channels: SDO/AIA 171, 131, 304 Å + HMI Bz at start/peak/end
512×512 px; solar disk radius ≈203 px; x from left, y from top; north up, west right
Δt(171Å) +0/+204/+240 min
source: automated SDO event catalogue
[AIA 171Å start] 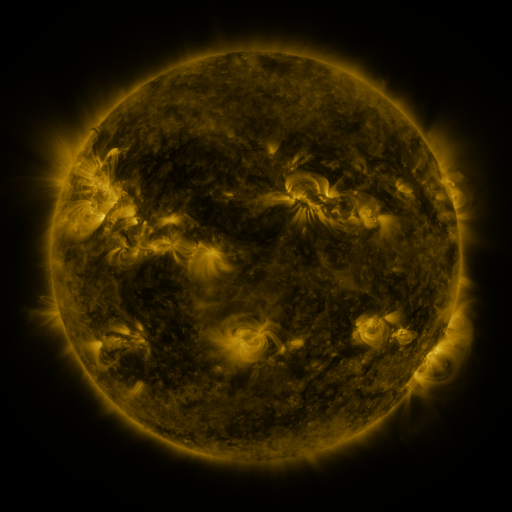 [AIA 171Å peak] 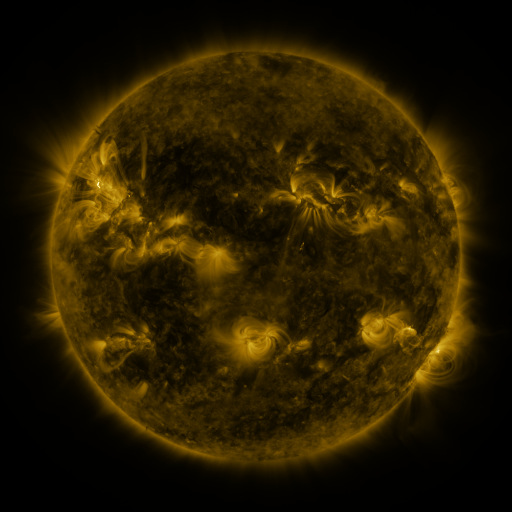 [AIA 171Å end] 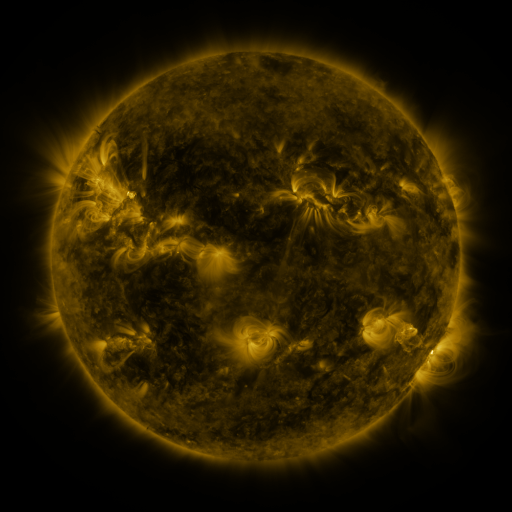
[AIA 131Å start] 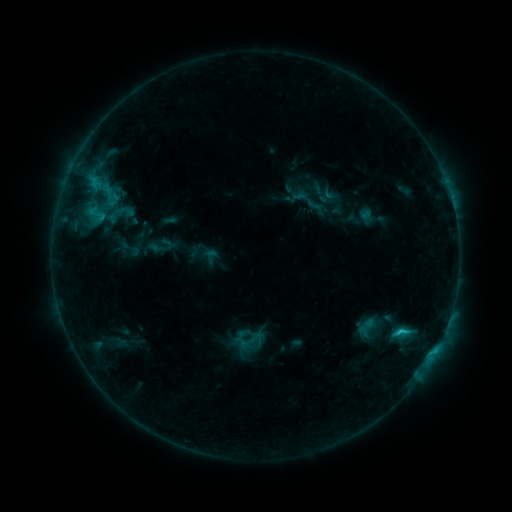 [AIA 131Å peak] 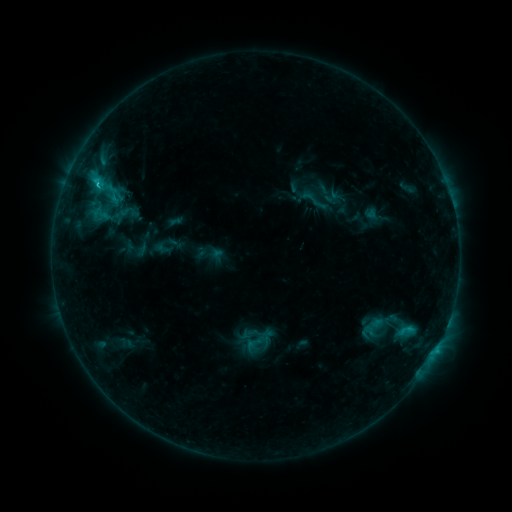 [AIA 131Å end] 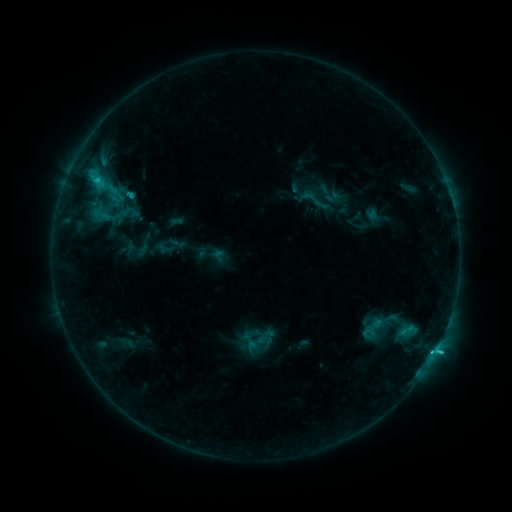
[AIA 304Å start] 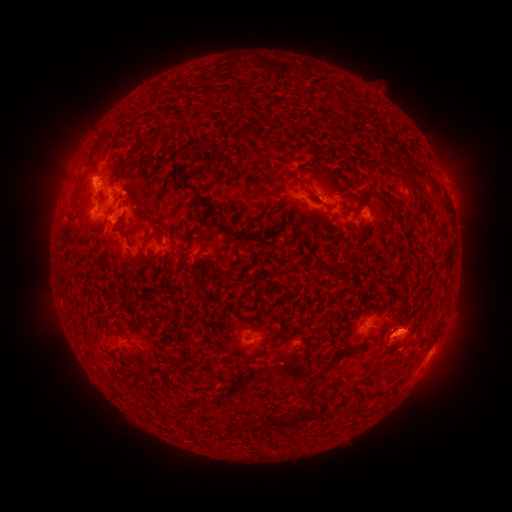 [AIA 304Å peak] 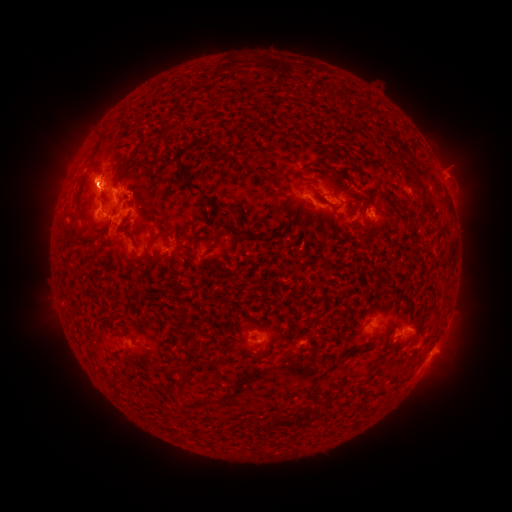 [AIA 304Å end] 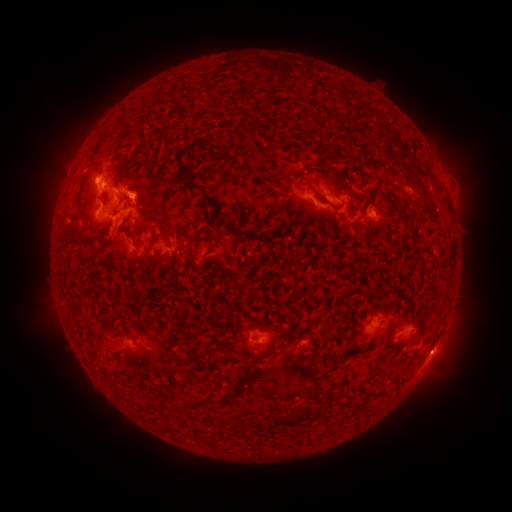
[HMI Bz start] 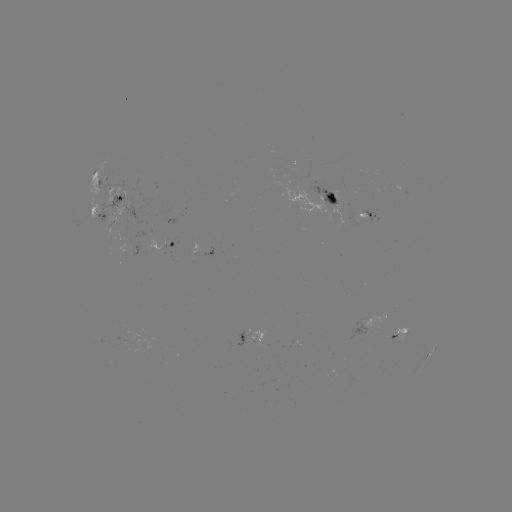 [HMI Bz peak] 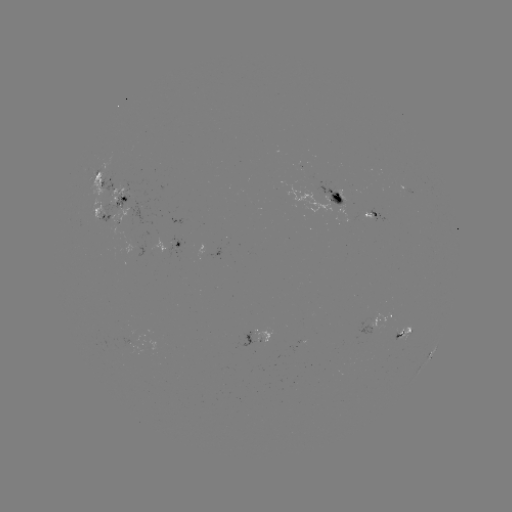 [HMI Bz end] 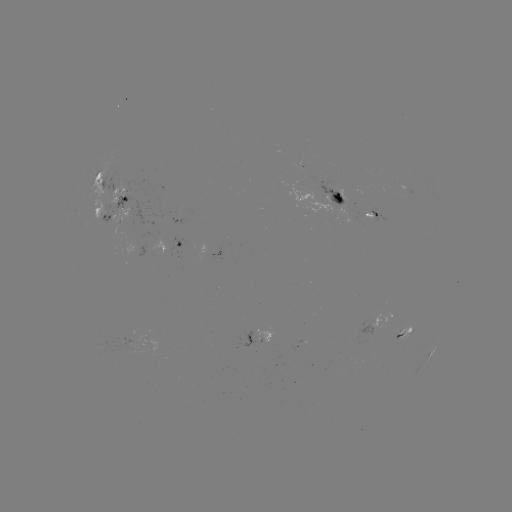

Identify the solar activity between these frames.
emerging-flux region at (354, 189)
